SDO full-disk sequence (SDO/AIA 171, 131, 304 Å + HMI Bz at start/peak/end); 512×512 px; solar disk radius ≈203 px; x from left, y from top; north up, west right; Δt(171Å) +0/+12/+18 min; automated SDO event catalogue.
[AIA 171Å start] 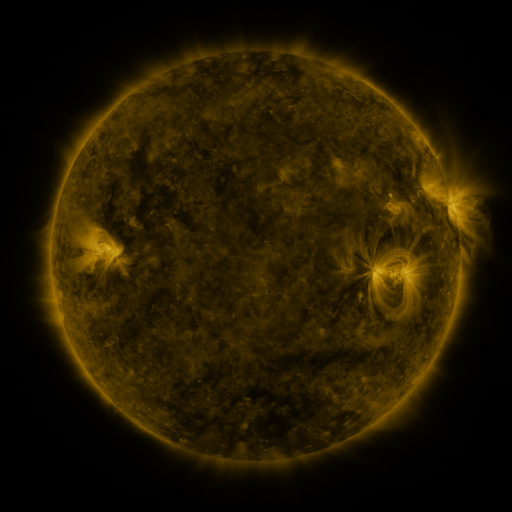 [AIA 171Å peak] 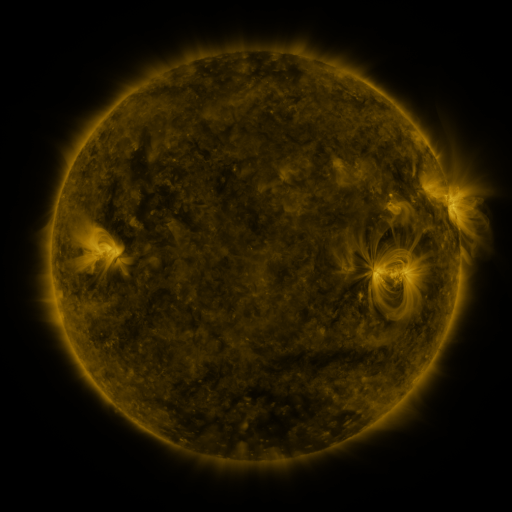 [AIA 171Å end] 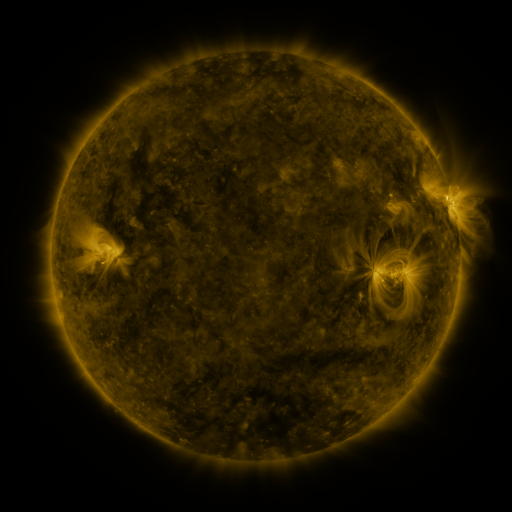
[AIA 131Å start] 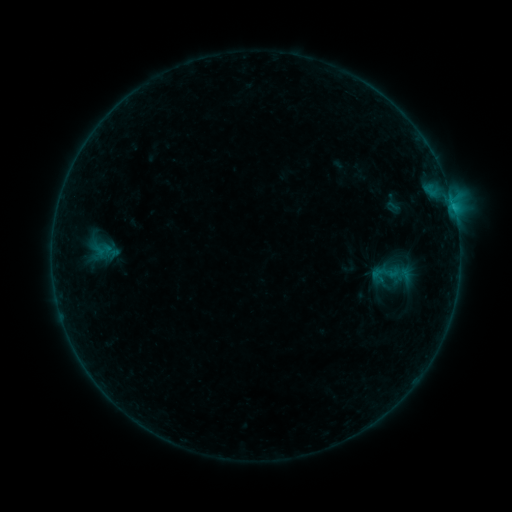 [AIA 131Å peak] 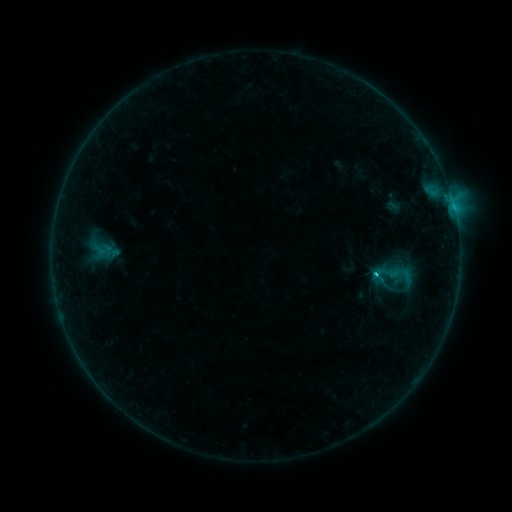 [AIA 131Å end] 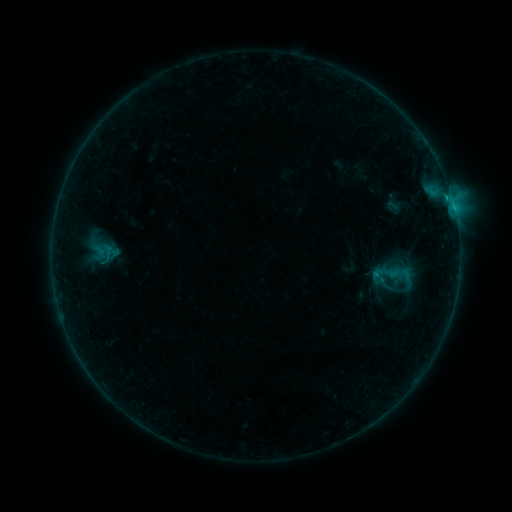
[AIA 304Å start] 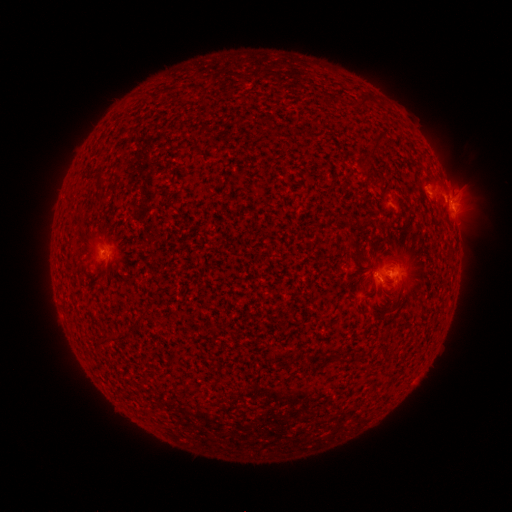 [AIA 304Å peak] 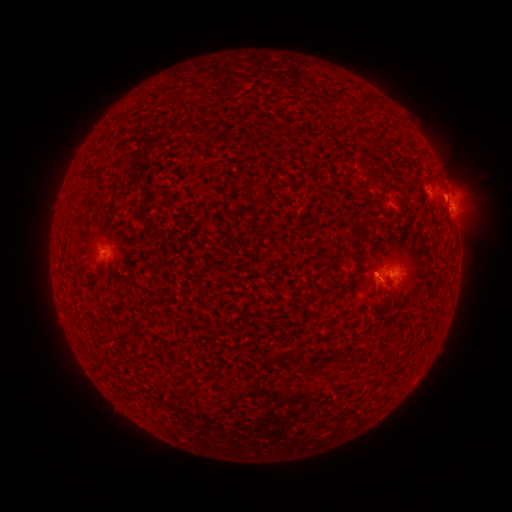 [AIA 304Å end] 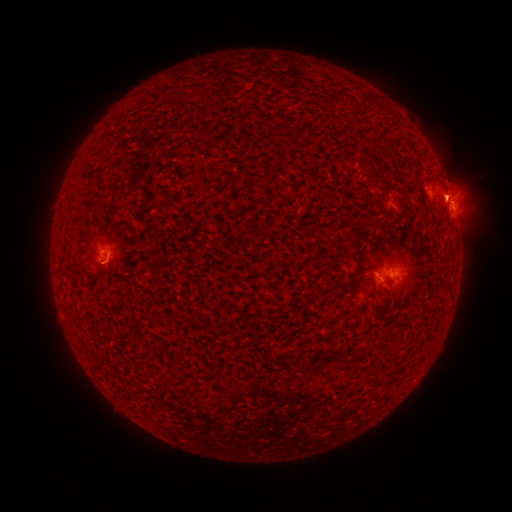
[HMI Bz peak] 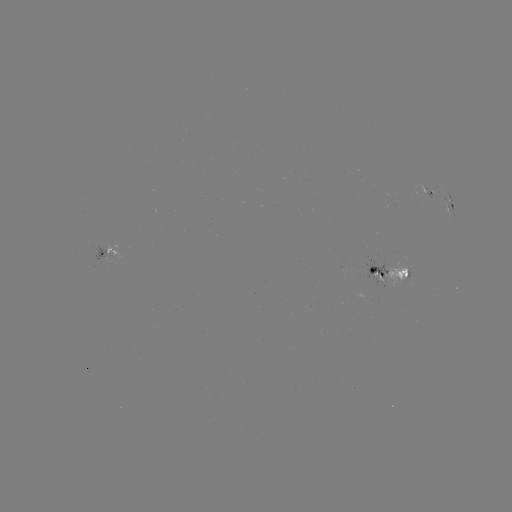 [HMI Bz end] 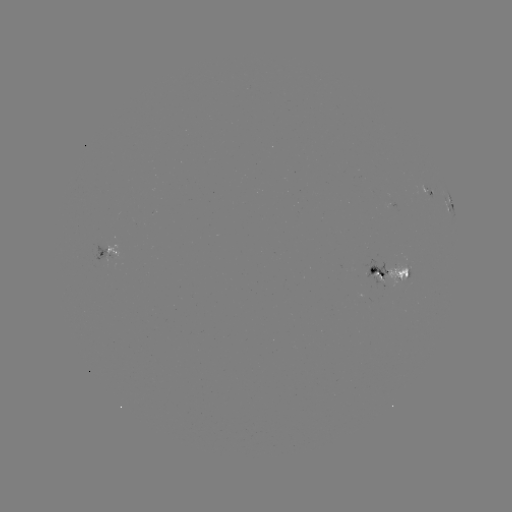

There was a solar flare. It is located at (374, 273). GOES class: C1.1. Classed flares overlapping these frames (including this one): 1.